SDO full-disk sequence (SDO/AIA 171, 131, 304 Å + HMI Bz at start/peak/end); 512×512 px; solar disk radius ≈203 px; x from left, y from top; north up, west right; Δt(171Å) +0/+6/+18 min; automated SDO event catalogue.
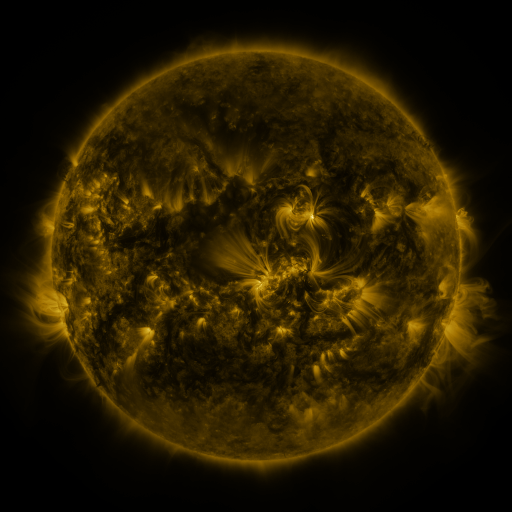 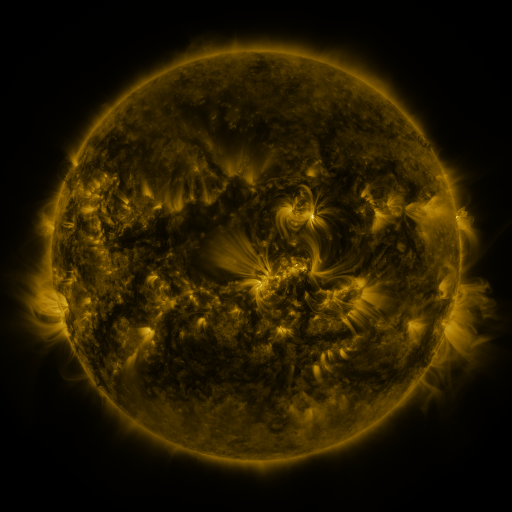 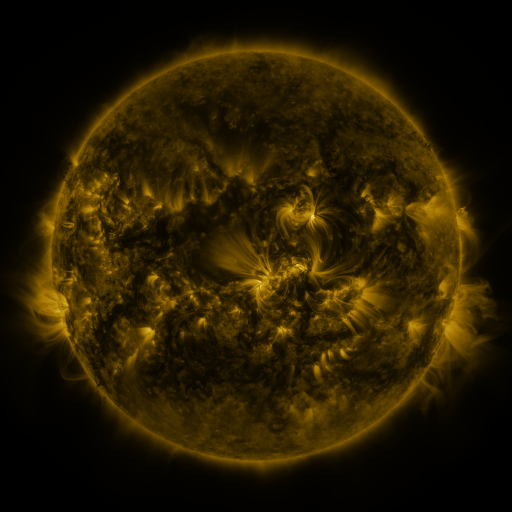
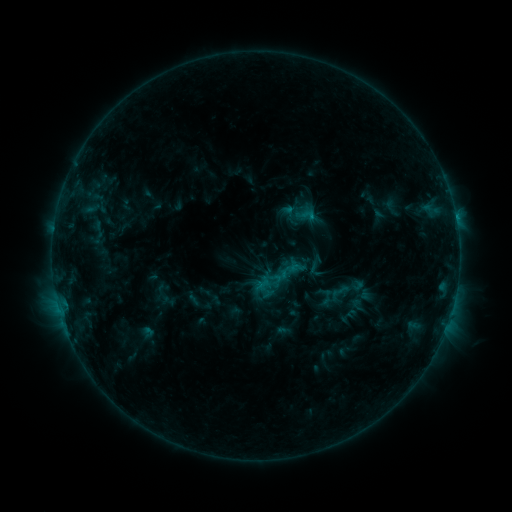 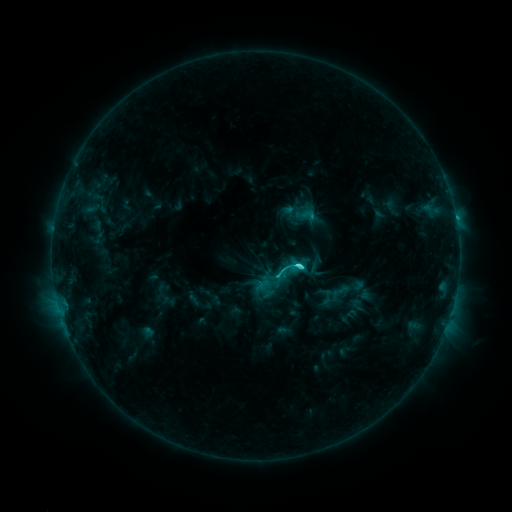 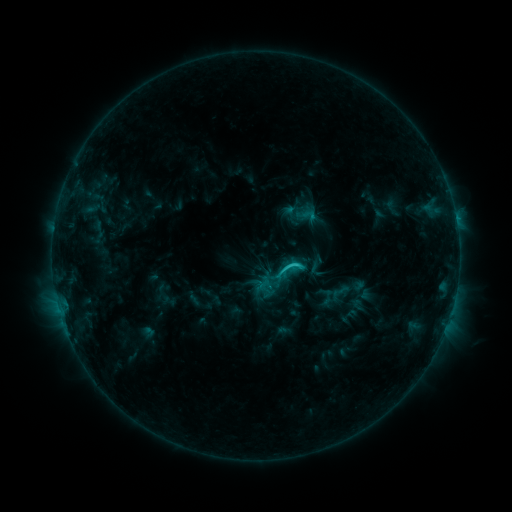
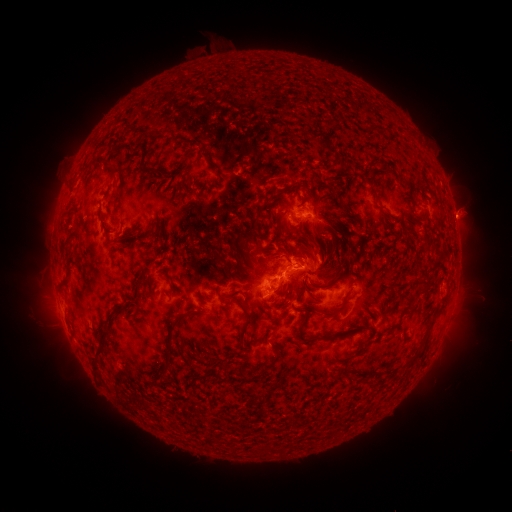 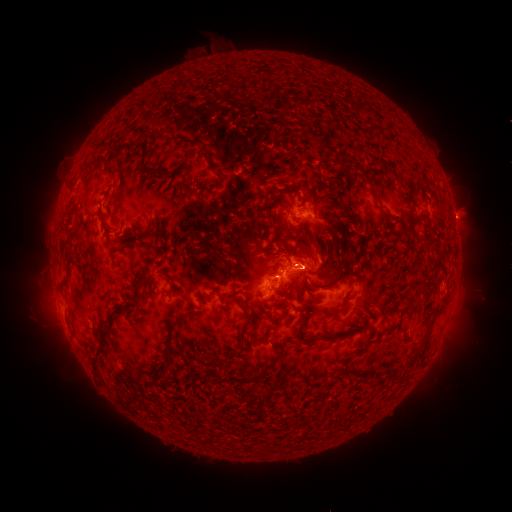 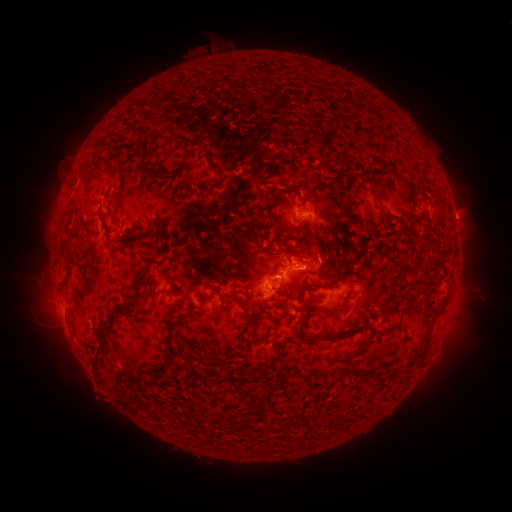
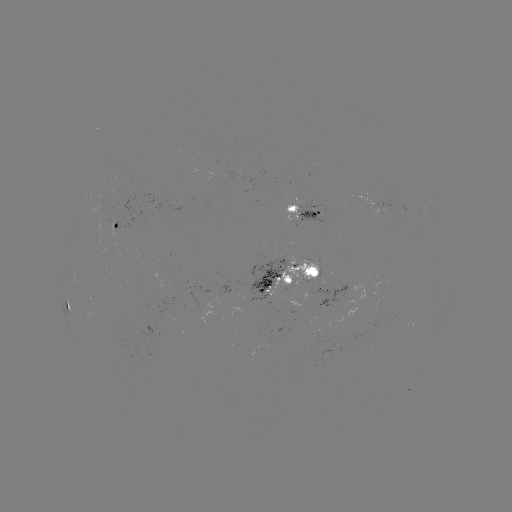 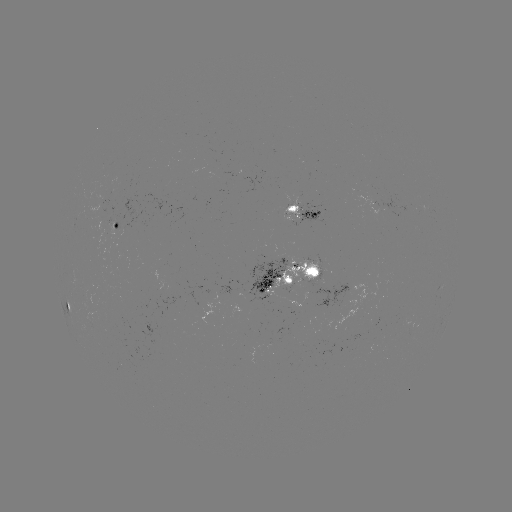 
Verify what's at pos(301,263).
C3.4 flare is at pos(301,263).